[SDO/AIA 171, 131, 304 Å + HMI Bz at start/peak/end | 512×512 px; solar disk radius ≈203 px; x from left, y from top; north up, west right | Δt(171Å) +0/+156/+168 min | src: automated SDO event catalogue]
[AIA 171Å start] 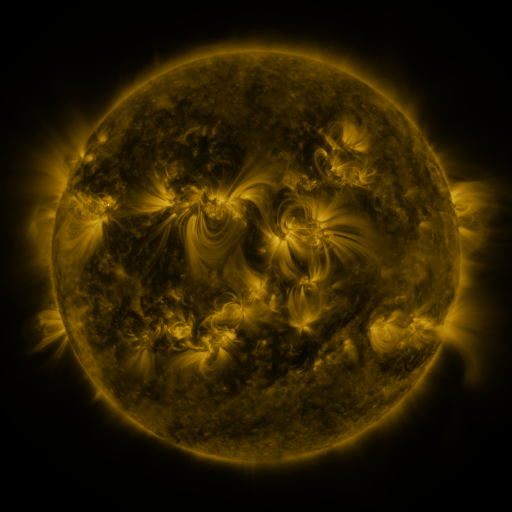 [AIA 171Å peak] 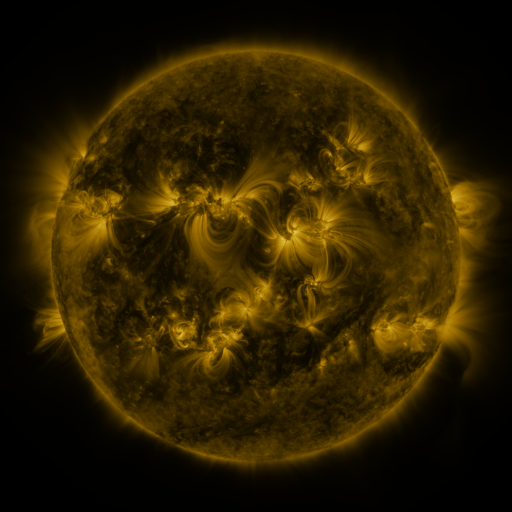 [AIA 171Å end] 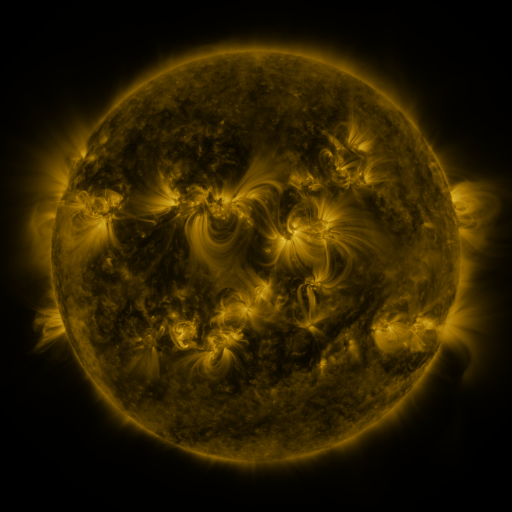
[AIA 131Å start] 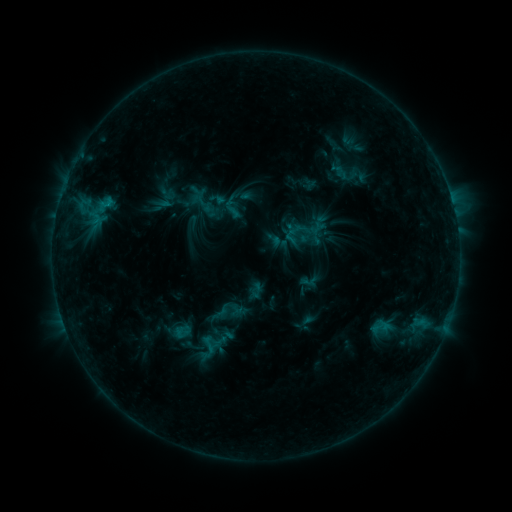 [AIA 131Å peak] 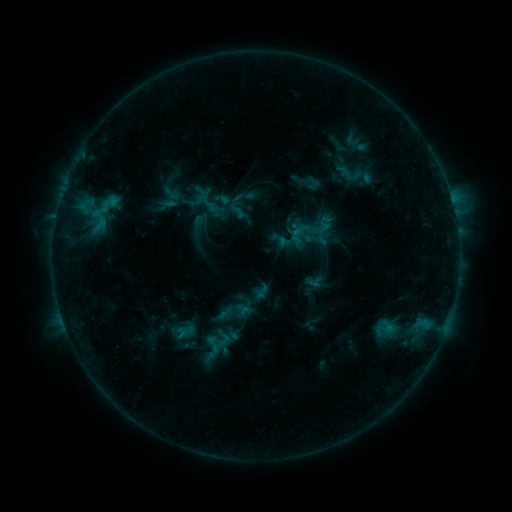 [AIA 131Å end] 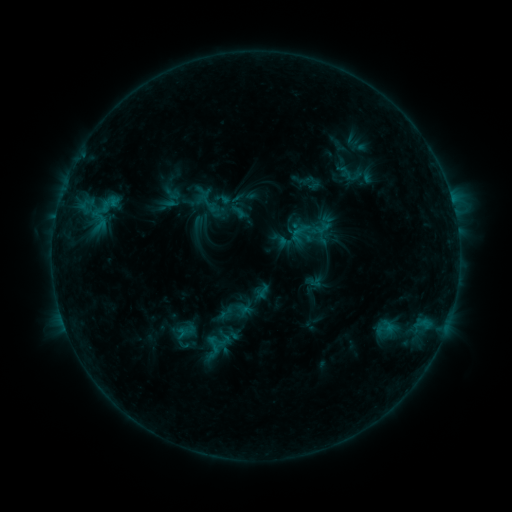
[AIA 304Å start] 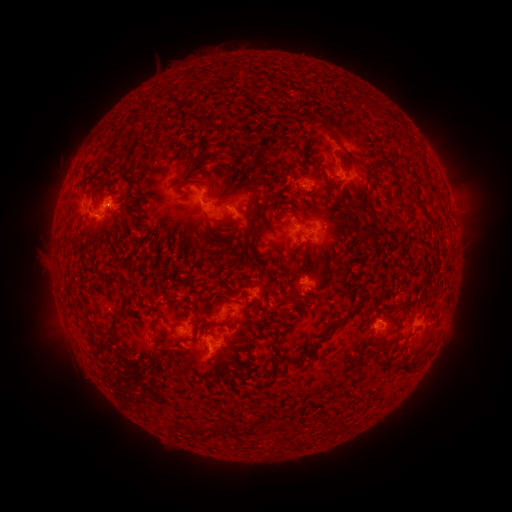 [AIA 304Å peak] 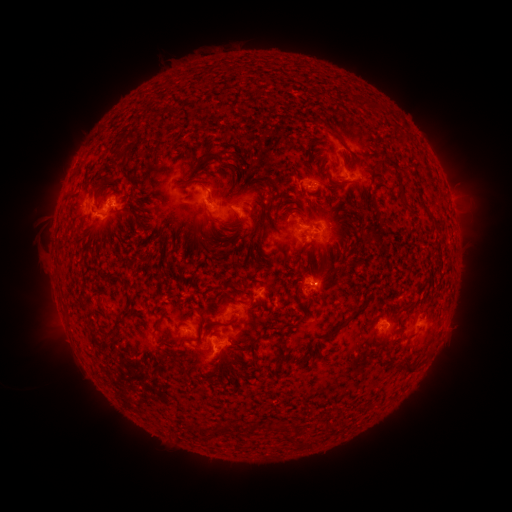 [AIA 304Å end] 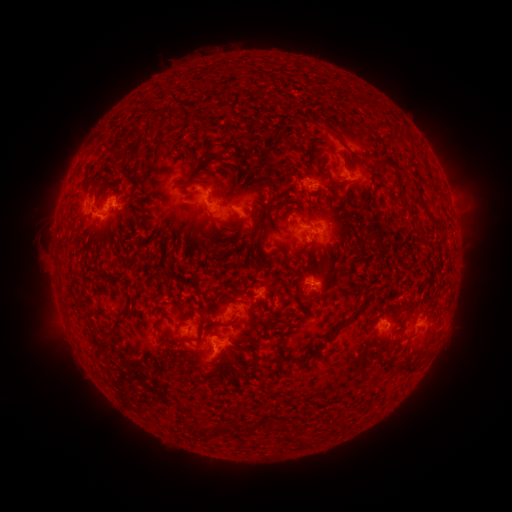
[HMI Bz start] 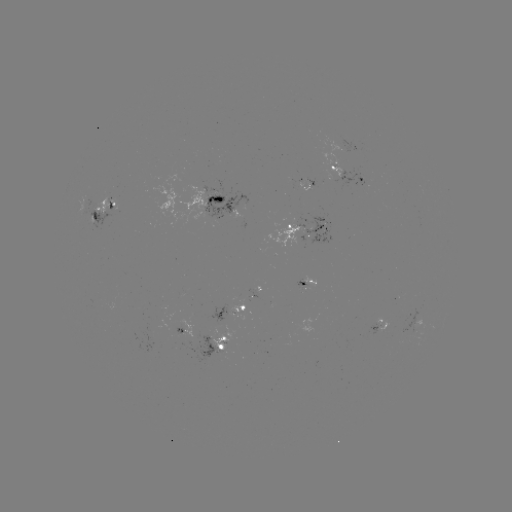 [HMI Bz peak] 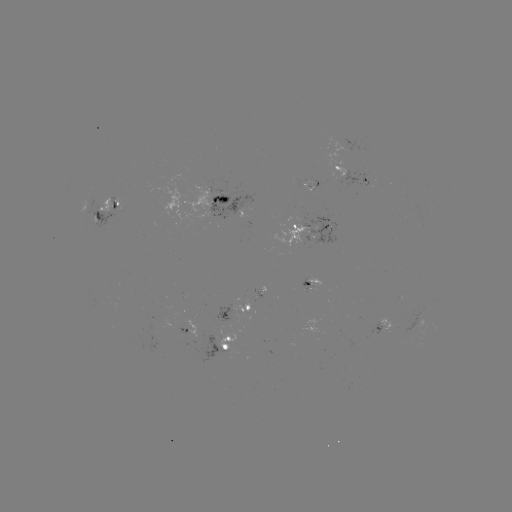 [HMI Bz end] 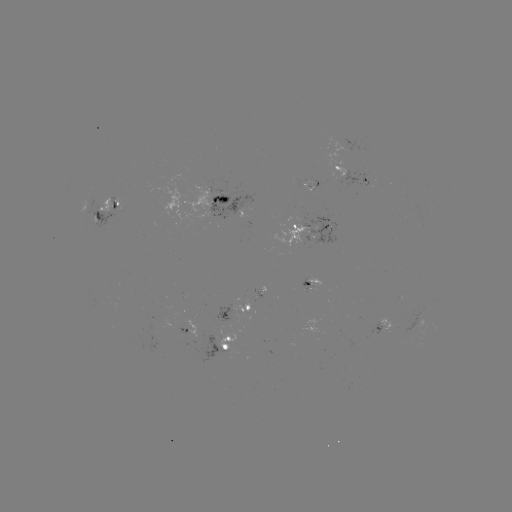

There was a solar emerging-flux region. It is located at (308, 286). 